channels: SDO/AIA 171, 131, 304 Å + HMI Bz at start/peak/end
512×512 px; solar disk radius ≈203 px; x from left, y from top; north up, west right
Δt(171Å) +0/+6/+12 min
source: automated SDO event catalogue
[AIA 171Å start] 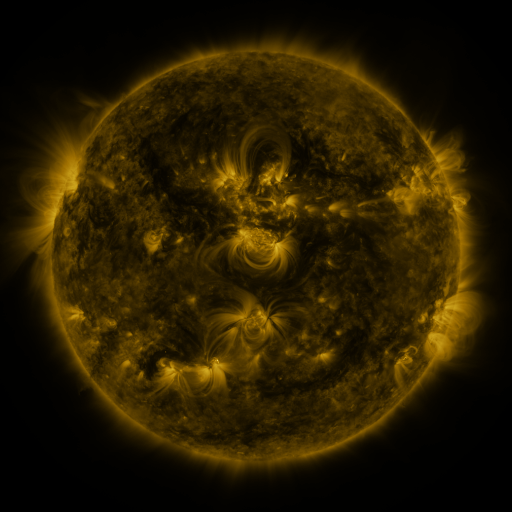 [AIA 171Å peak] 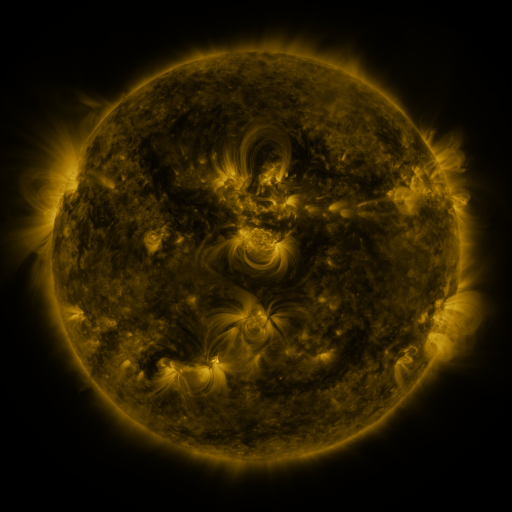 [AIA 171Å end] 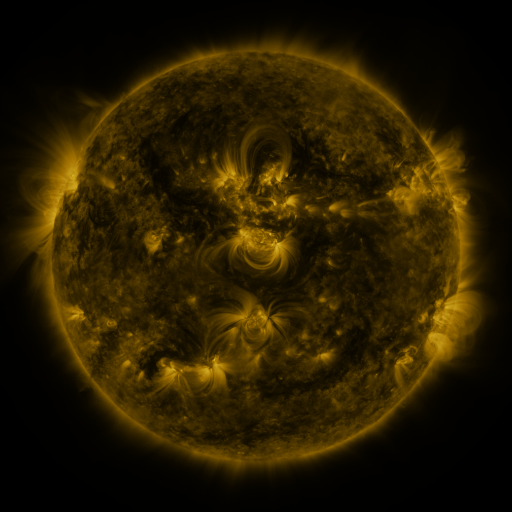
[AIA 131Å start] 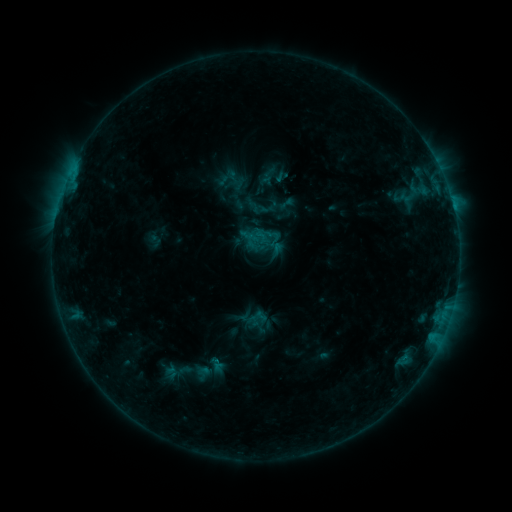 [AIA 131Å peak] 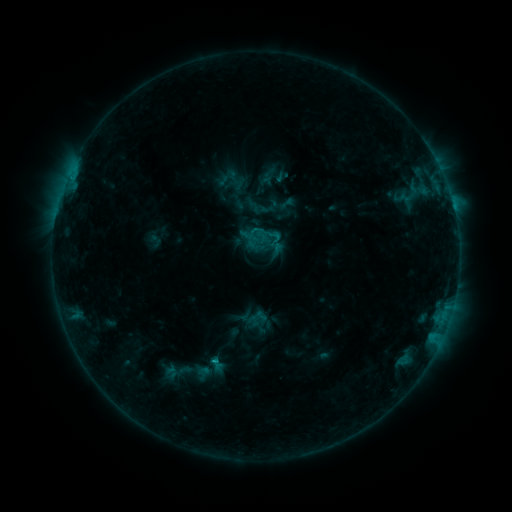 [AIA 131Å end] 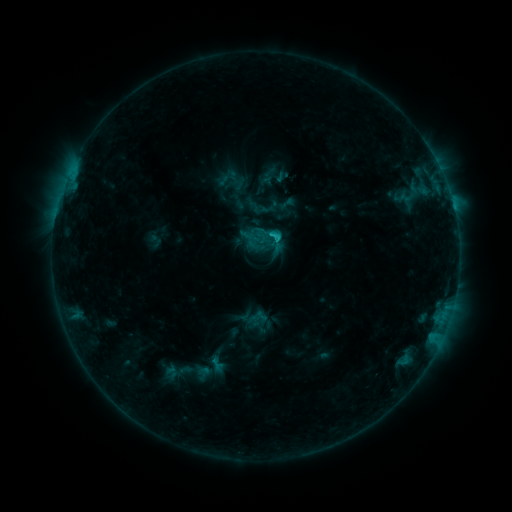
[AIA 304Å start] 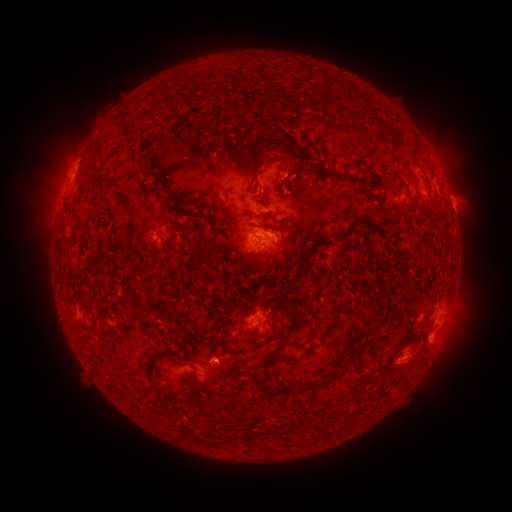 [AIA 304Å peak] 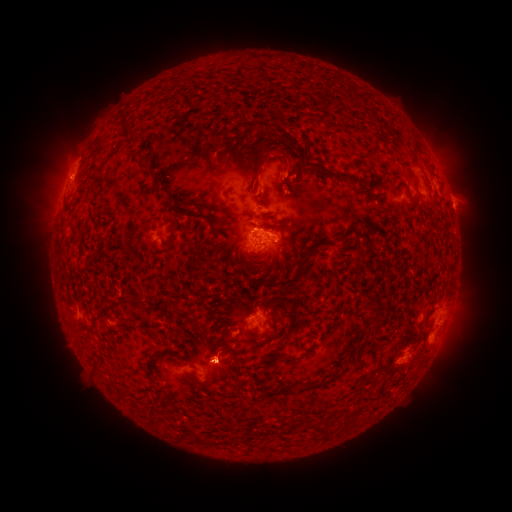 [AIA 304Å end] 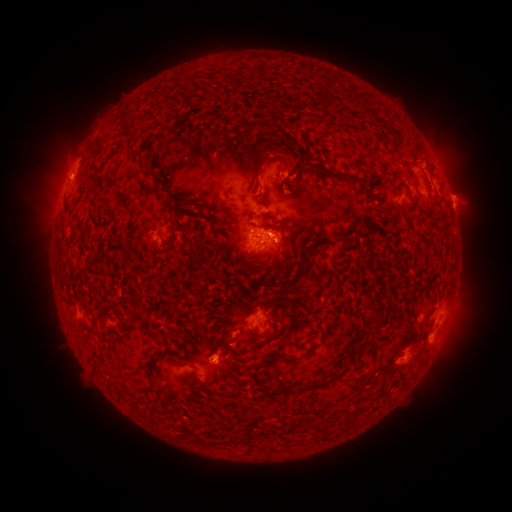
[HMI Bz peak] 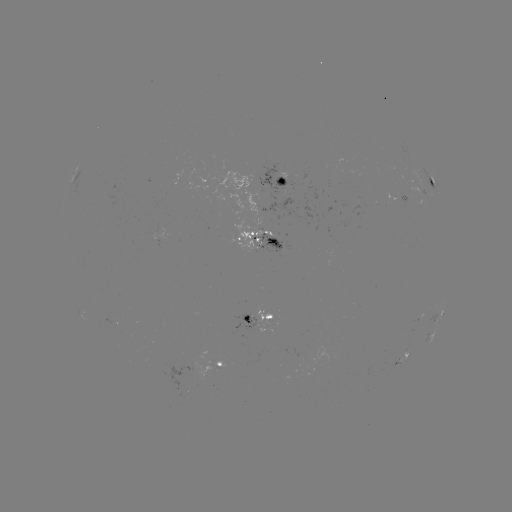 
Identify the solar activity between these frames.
eruption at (223, 356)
